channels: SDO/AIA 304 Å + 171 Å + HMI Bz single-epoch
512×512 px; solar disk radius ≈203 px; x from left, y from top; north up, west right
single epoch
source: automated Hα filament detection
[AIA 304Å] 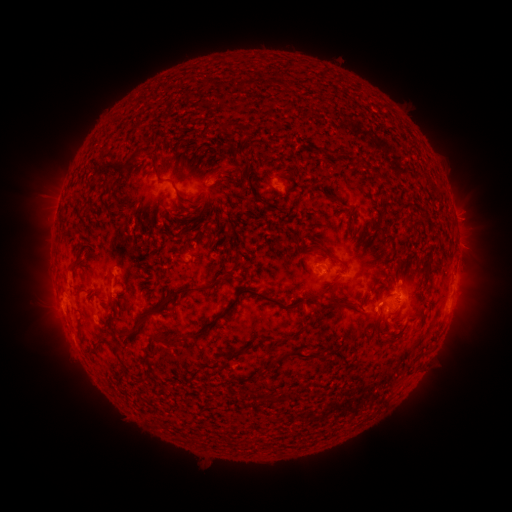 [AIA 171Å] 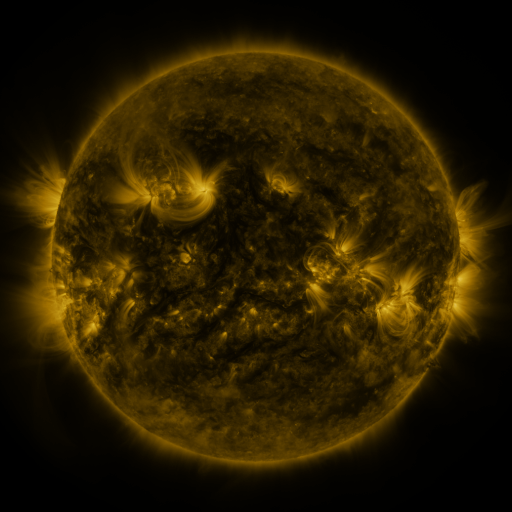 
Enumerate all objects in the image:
filament: (240, 157)
filament: (100, 171)
filament: (157, 171)
filament: (215, 171)
filament: (330, 197)
filament: (325, 254)
filament: (331, 287)
filament: (179, 291)
filament: (256, 295)
filament: (348, 308)
filament: (79, 310)
filament: (207, 324)
filament: (123, 337)
filament: (169, 342)
filament: (98, 344)
filament: (292, 354)
